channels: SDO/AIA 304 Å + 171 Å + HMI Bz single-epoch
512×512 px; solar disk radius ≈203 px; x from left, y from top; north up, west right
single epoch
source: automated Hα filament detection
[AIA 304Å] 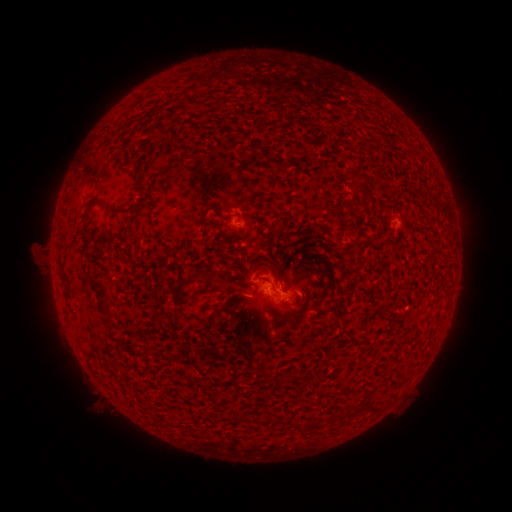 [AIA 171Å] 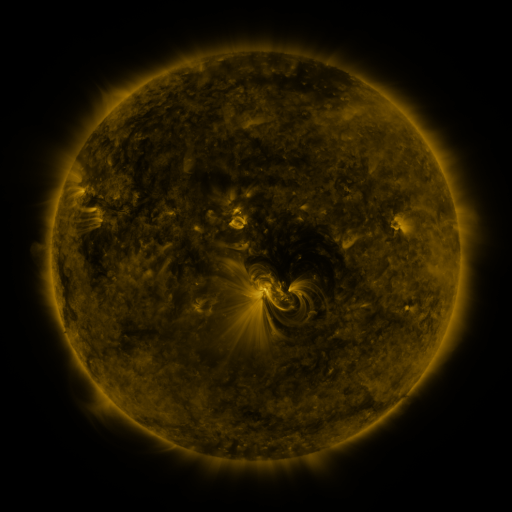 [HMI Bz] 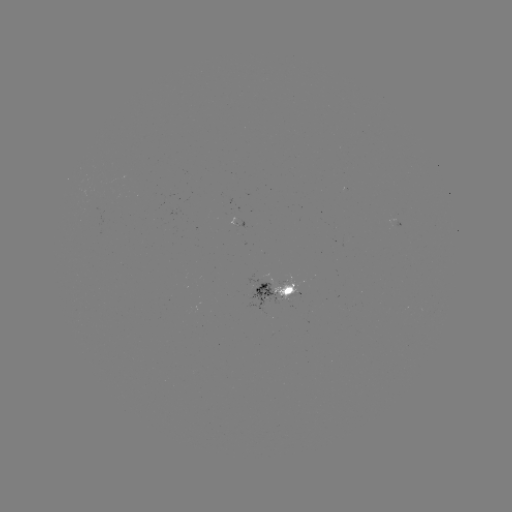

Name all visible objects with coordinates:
filament: (358, 180)
filament: (124, 210)
filament: (203, 219)
filament: (278, 278)
filament: (241, 291)
filament: (103, 297)
filament: (326, 307)
filament: (107, 318)
filament: (205, 323)
filament: (305, 378)
